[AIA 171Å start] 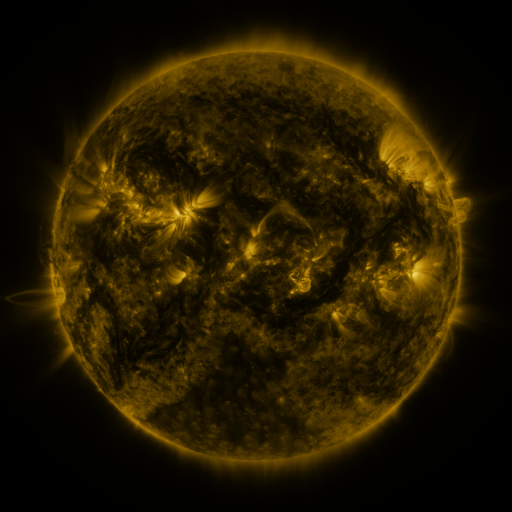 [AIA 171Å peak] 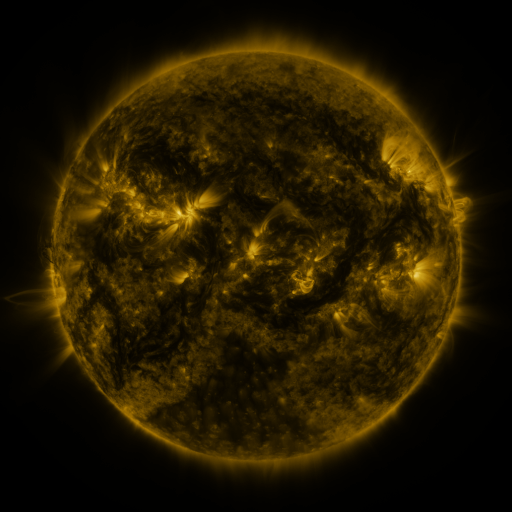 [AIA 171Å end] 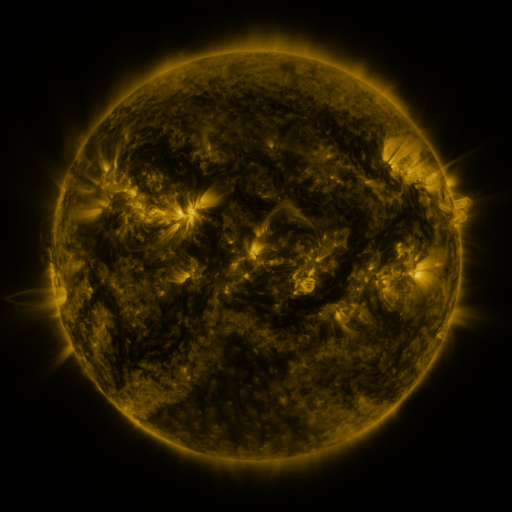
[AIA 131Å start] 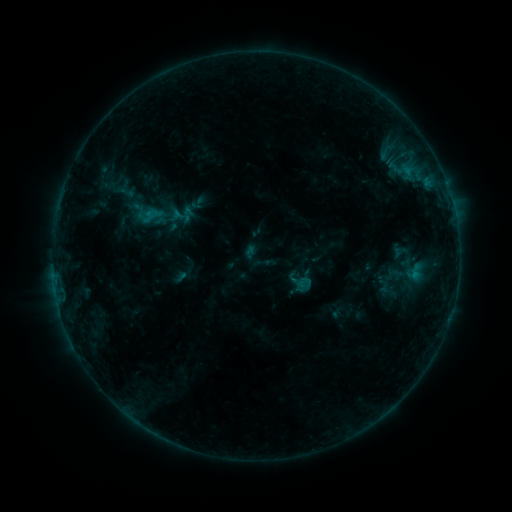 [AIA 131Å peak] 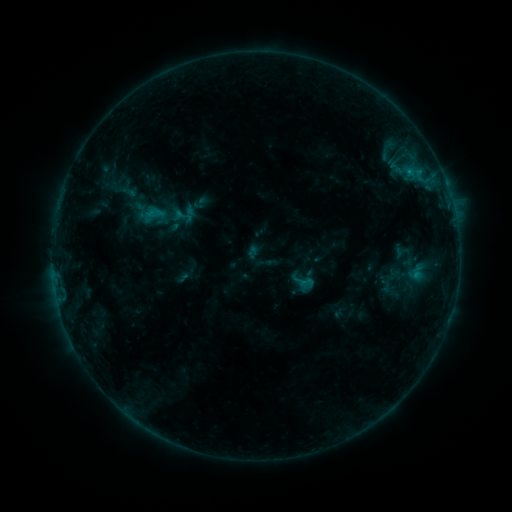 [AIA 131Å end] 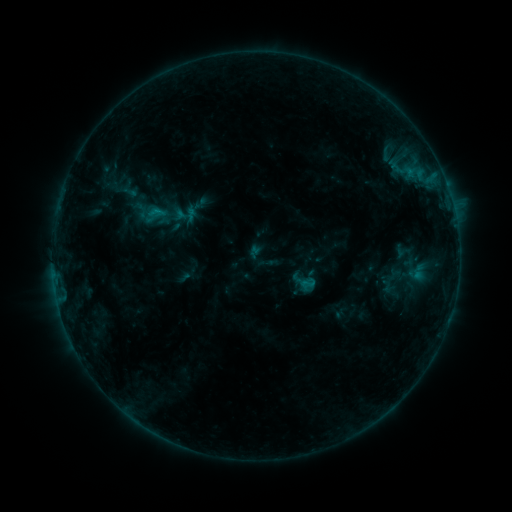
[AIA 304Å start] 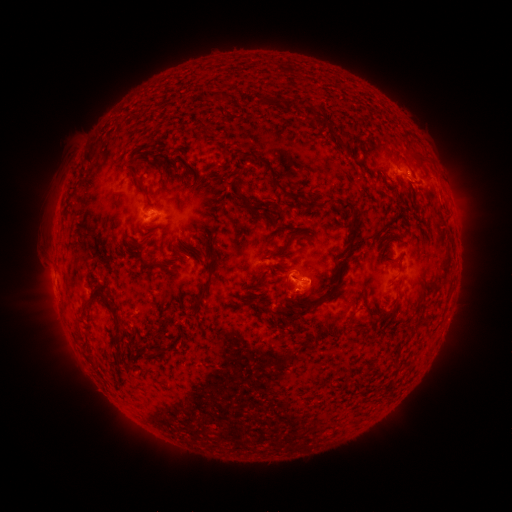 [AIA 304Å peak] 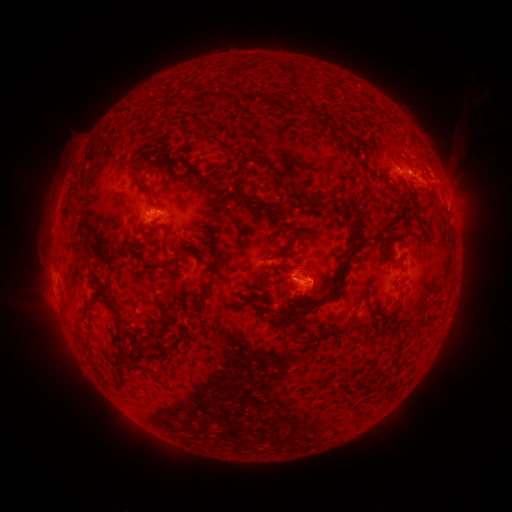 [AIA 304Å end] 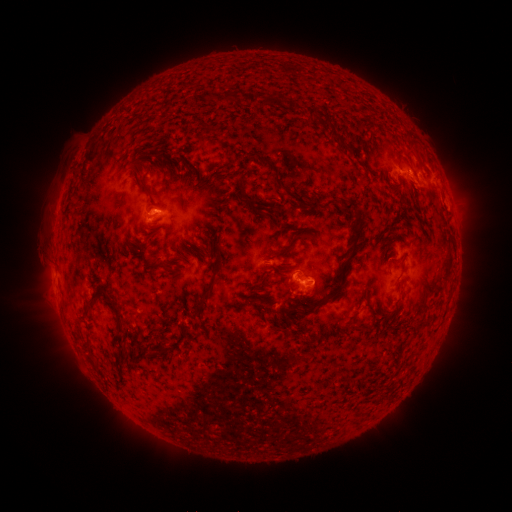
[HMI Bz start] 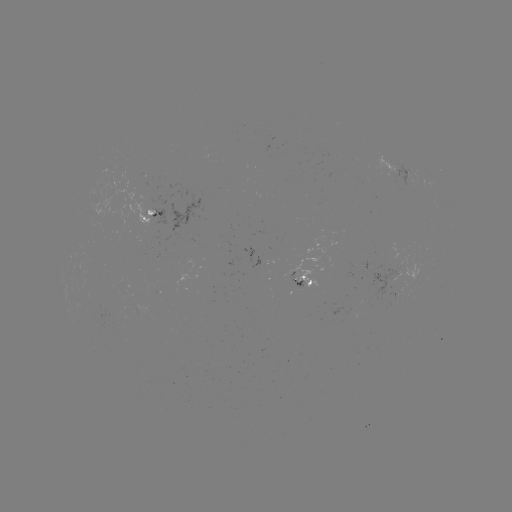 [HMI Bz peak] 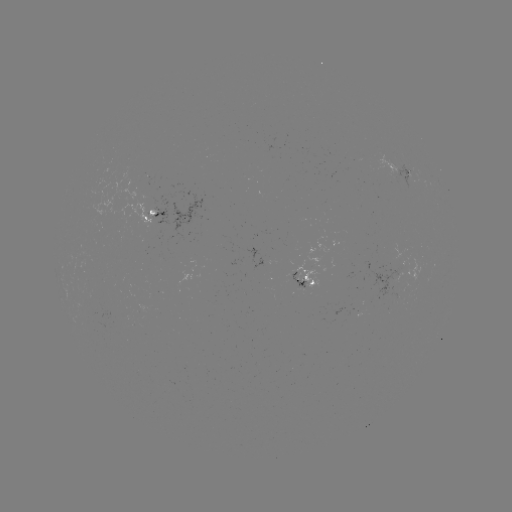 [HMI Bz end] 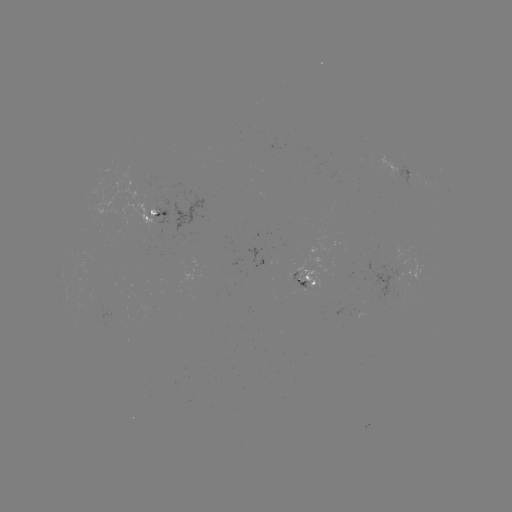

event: emerging-flux region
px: (401, 290)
